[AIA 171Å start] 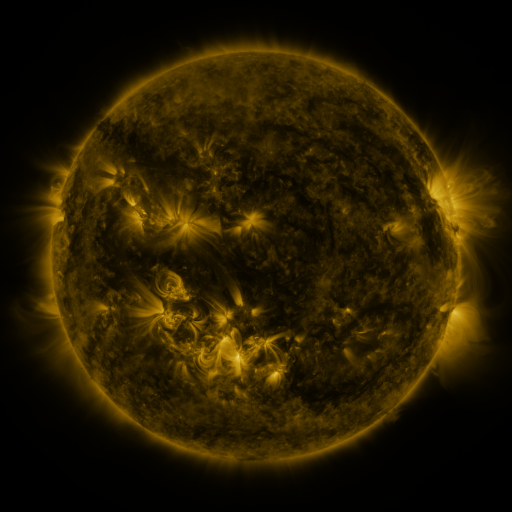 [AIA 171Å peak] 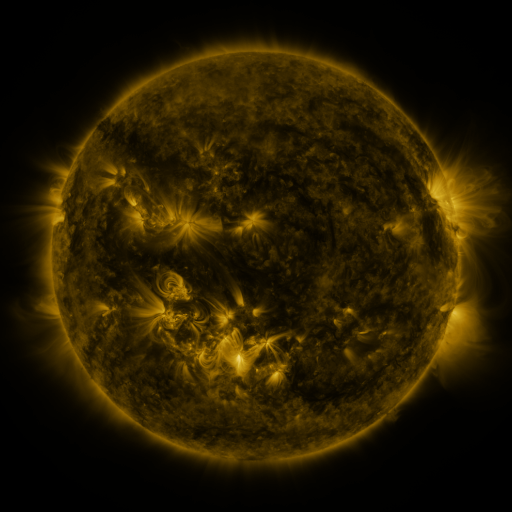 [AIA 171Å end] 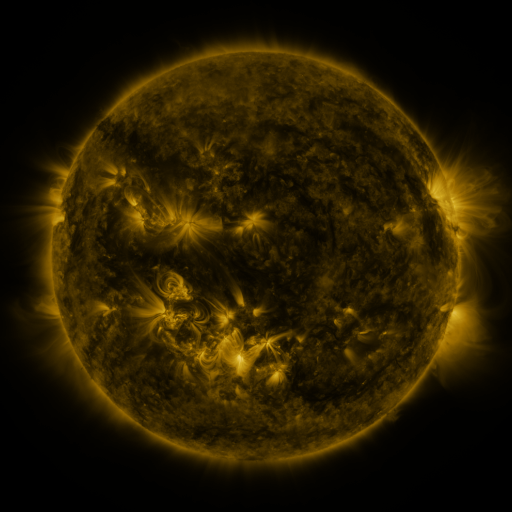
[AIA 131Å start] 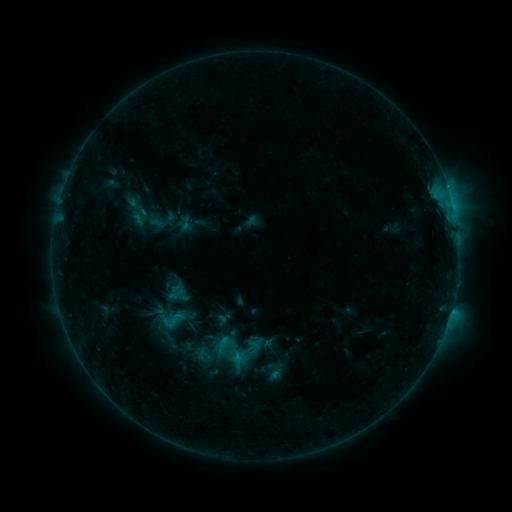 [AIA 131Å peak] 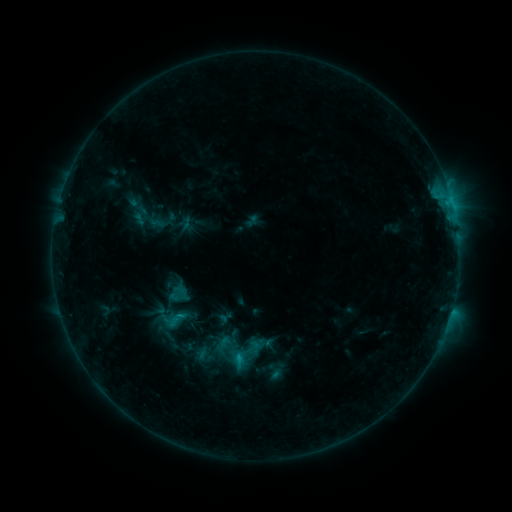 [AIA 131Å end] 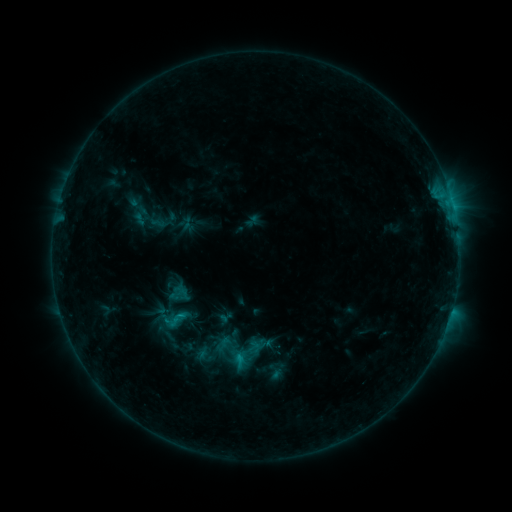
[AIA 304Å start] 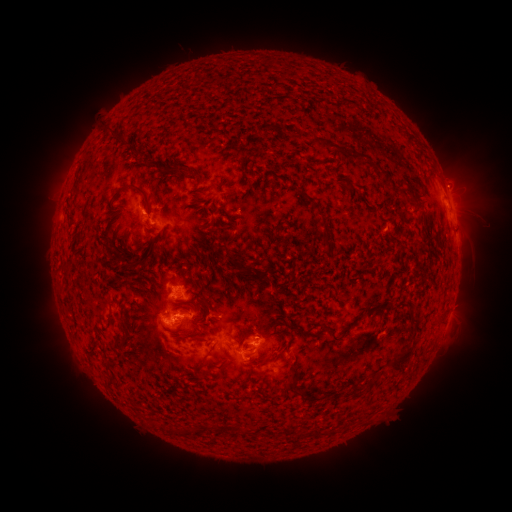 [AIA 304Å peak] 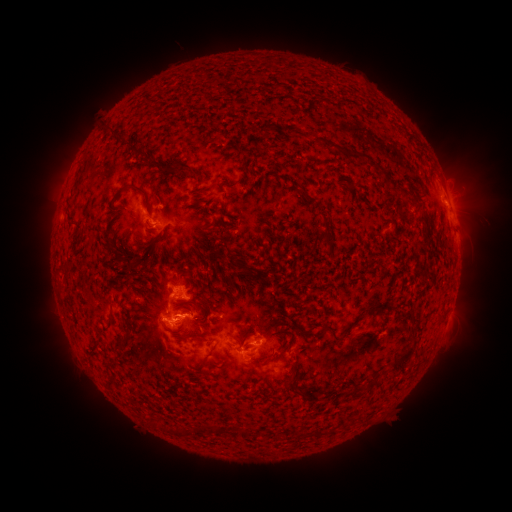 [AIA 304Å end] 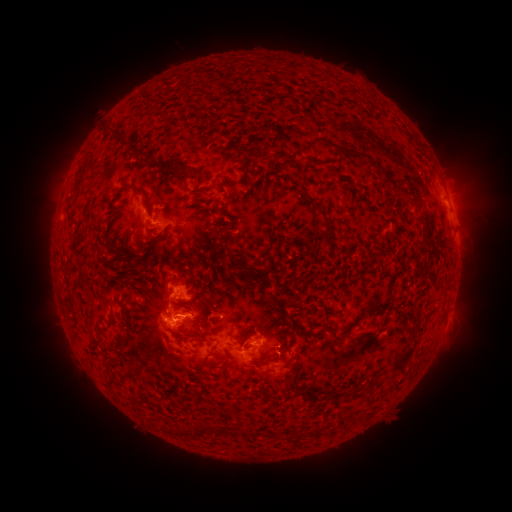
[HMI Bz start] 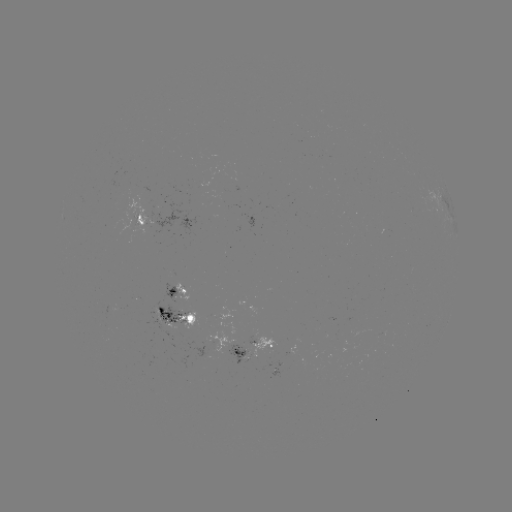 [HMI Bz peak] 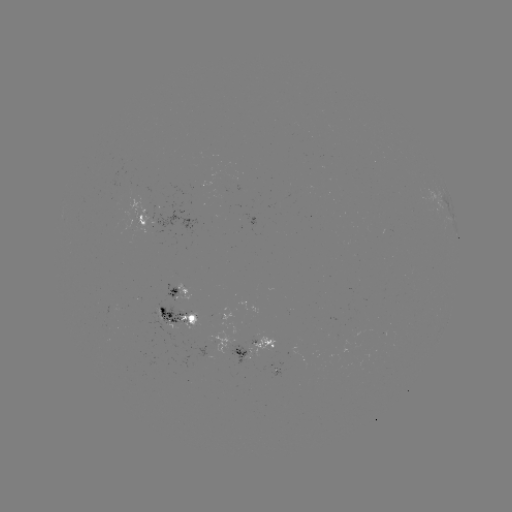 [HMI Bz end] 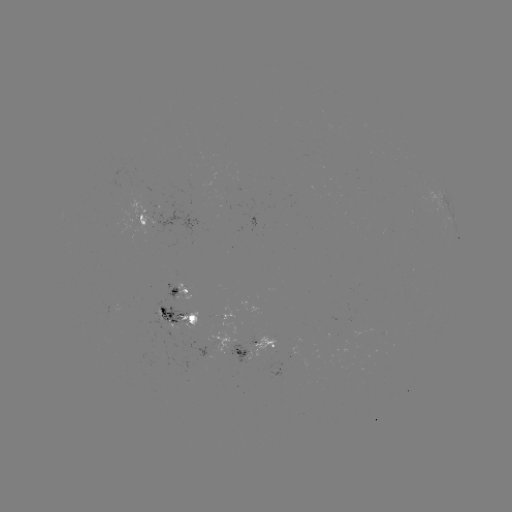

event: flare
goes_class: C1.3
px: (182, 314)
